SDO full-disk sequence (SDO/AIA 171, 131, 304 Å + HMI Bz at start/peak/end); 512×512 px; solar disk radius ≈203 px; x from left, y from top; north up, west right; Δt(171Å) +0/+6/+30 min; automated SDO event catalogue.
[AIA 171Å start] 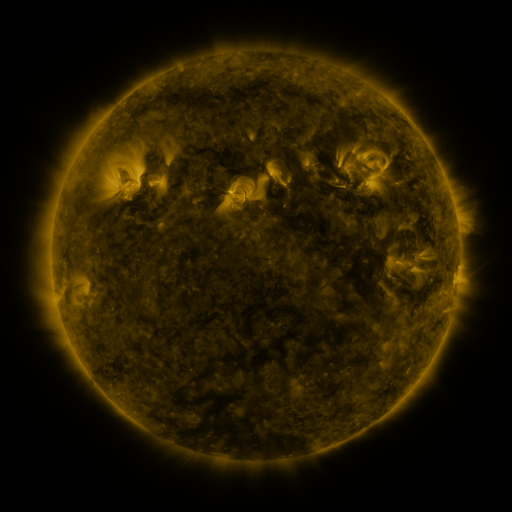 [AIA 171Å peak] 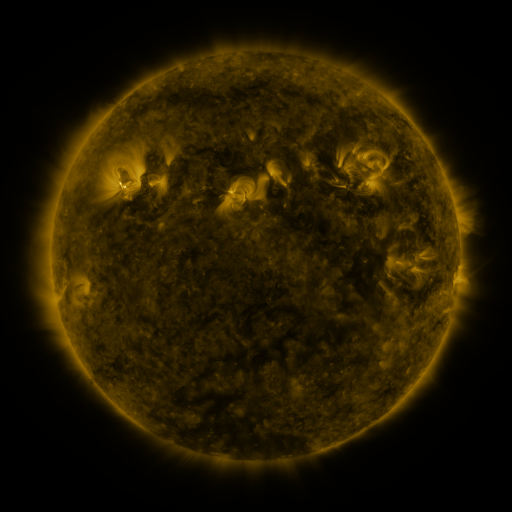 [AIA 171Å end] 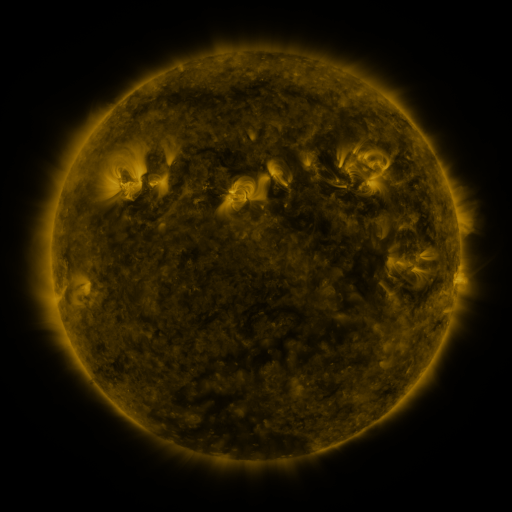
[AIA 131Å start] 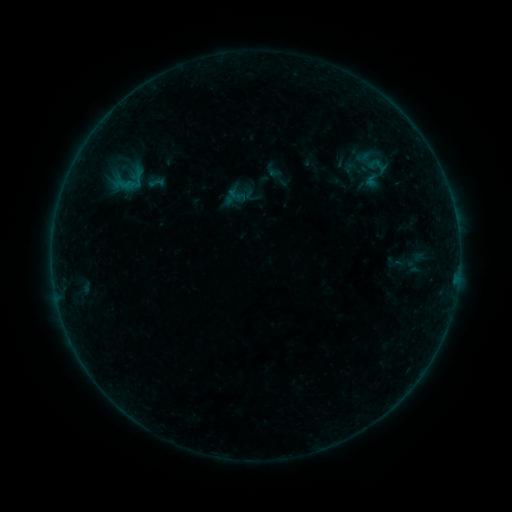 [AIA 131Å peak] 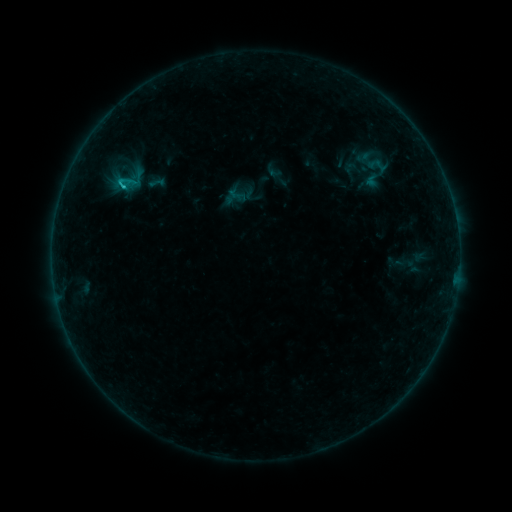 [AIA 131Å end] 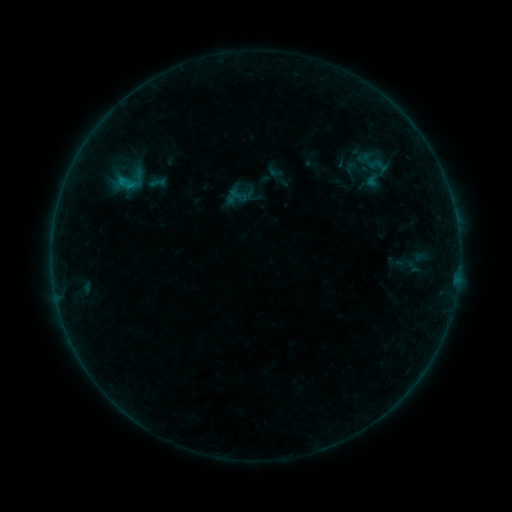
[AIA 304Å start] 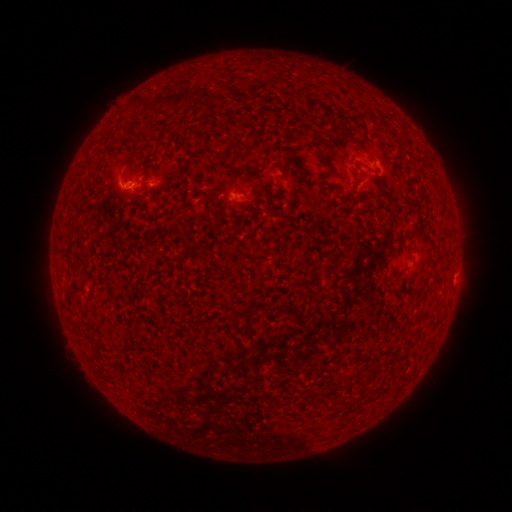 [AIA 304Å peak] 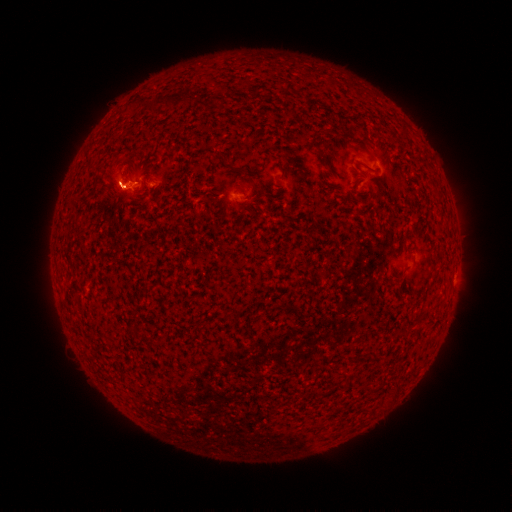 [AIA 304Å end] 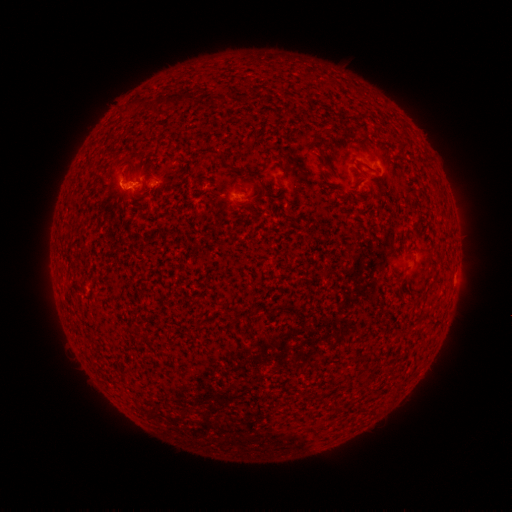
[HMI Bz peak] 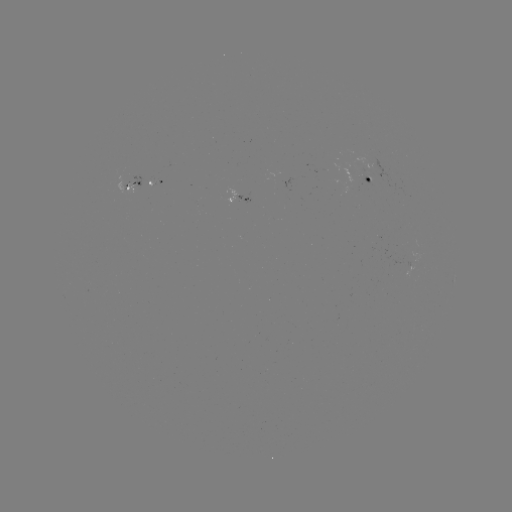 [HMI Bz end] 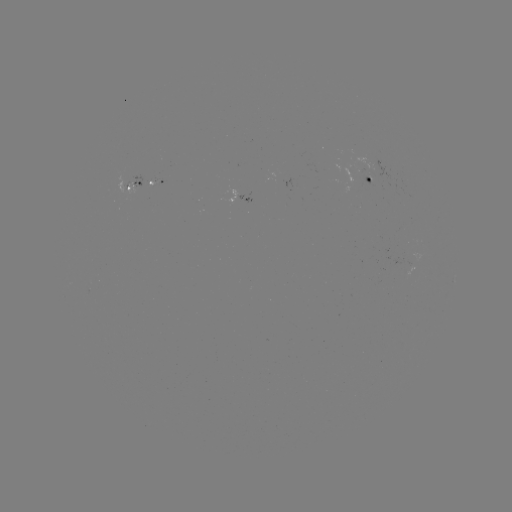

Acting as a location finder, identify B7.7 flare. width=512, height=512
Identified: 123,188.